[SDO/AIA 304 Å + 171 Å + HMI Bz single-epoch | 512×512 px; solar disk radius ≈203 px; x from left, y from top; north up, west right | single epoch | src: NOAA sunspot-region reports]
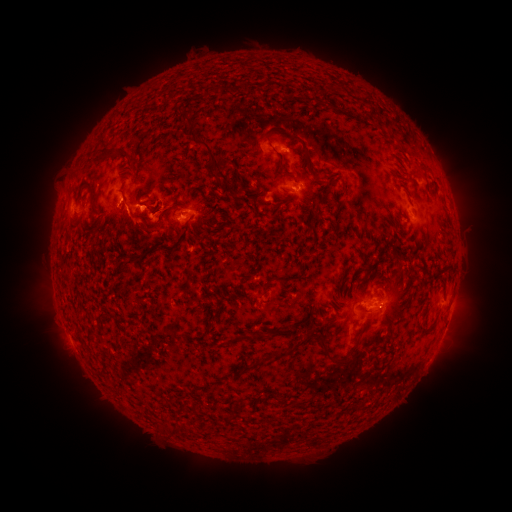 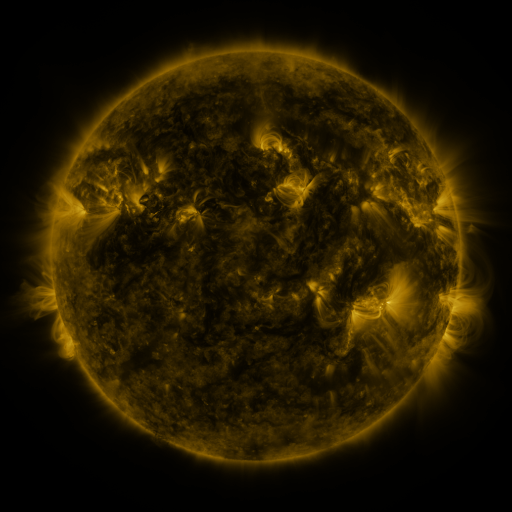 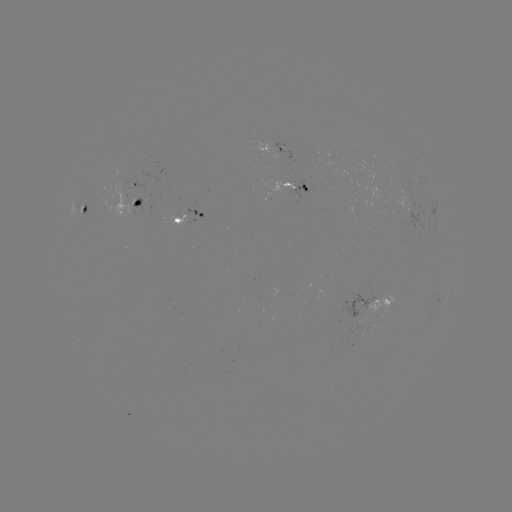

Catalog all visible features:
spotted active region: (281, 150)
spotted active region: (135, 180)
spotted active region: (297, 189)
spotted active region: (140, 203)
spotted active region: (85, 211)
spotted active region: (189, 214)
spotted active region: (369, 302)
